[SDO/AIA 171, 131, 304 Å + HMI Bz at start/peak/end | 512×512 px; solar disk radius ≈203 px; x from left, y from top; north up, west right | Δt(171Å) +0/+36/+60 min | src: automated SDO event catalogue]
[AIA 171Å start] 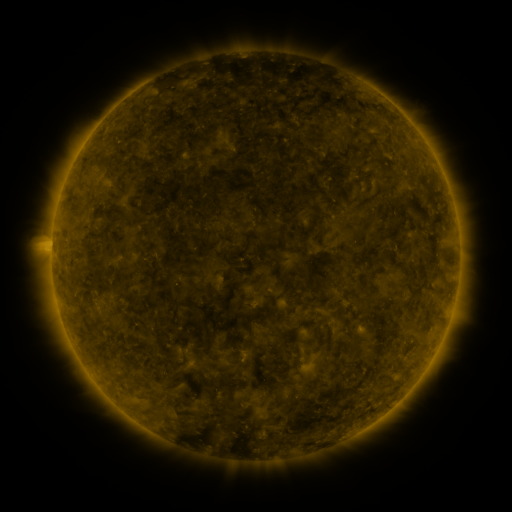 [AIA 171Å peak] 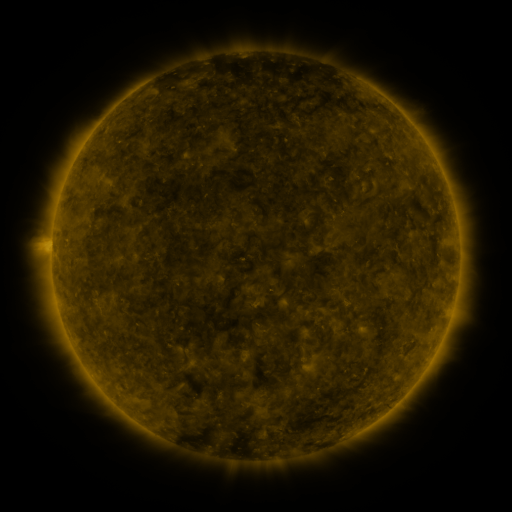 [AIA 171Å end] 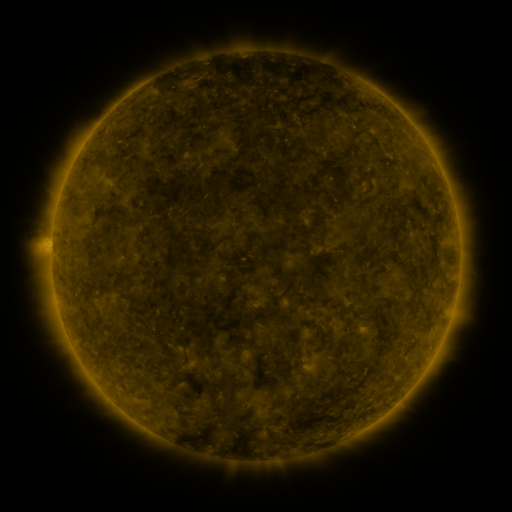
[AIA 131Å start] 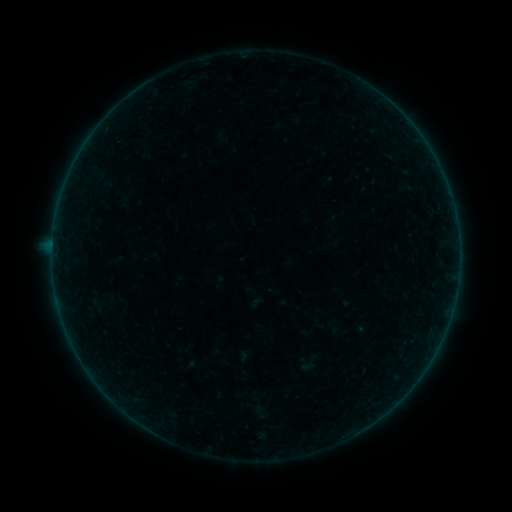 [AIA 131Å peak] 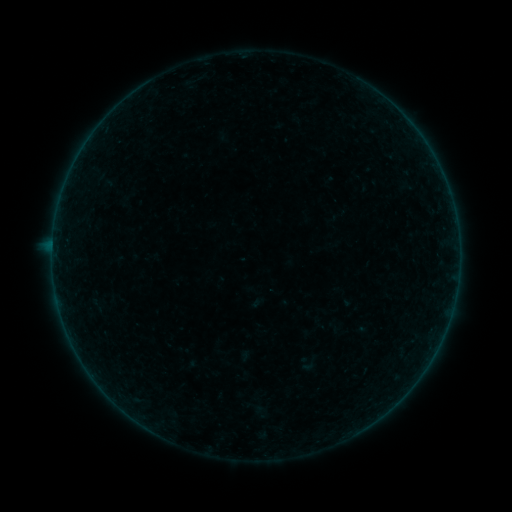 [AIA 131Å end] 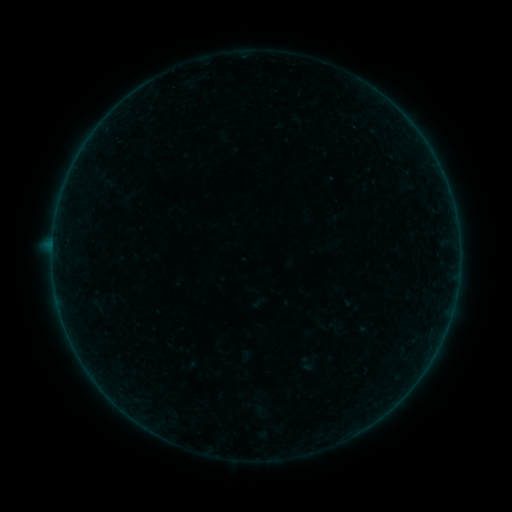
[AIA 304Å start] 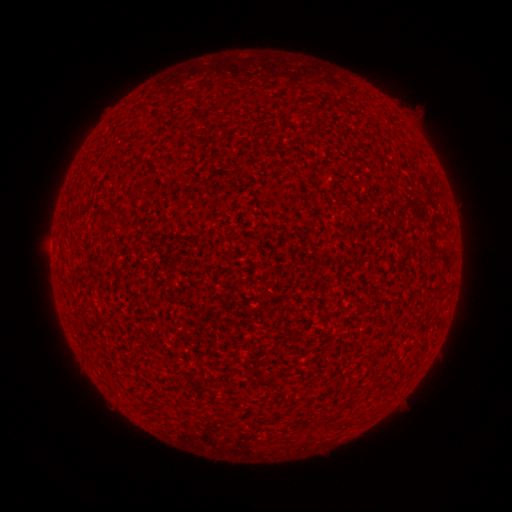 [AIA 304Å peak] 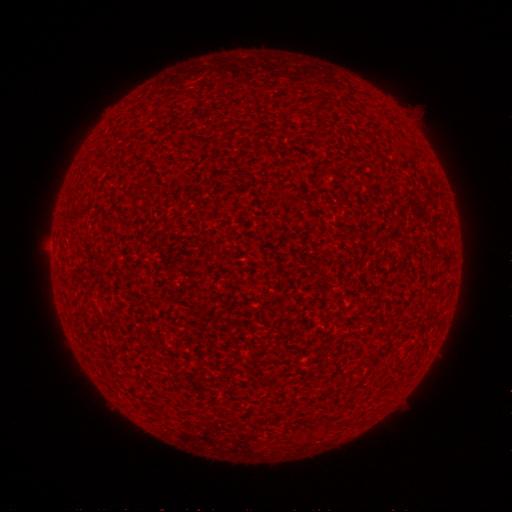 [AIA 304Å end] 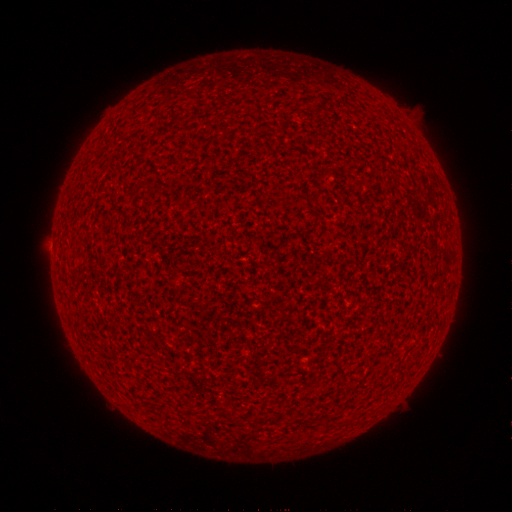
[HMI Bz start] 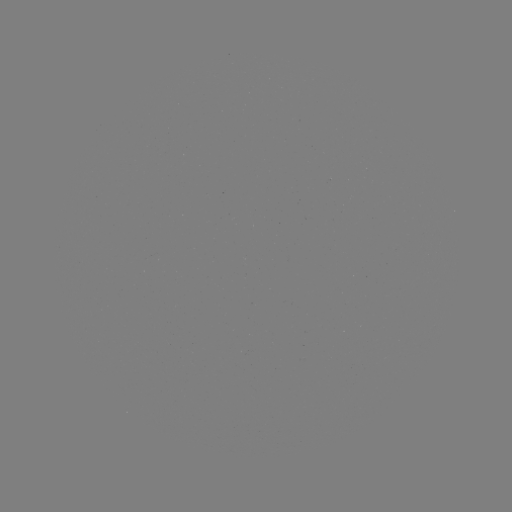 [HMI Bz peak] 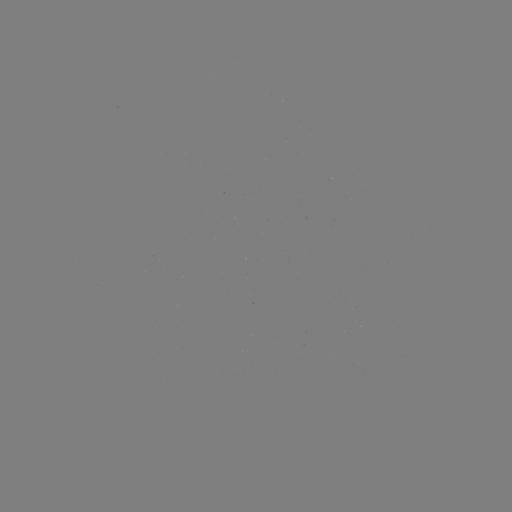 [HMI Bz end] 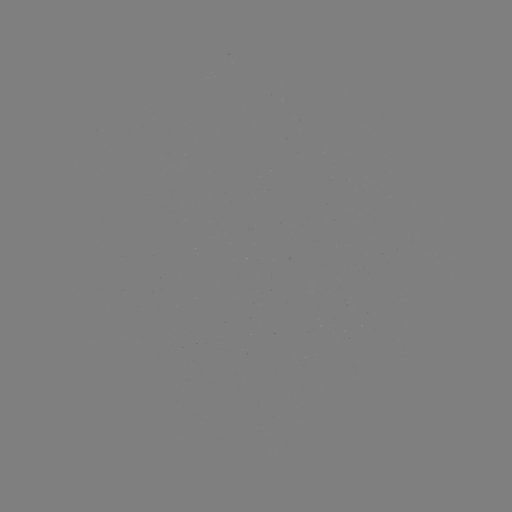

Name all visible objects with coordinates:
A8.5 flare: (53, 249)
